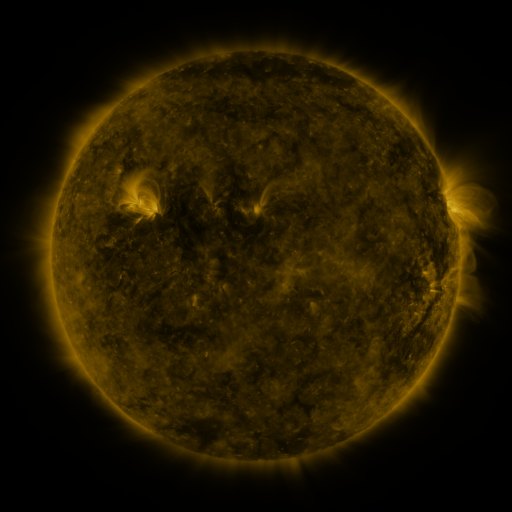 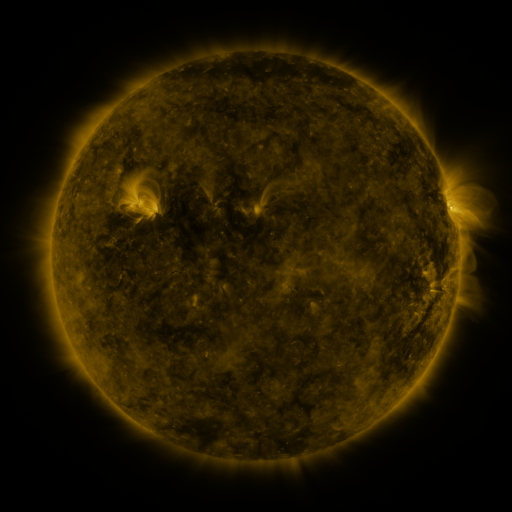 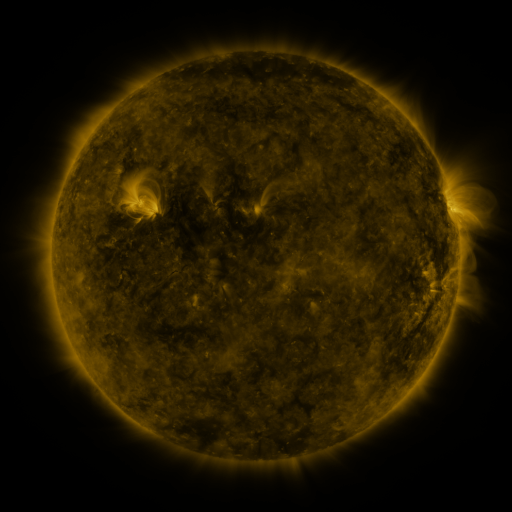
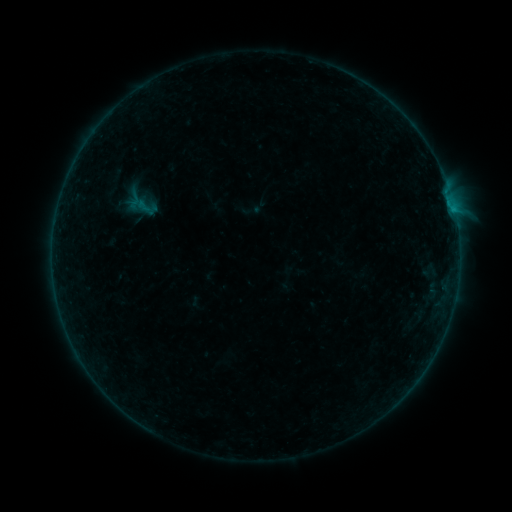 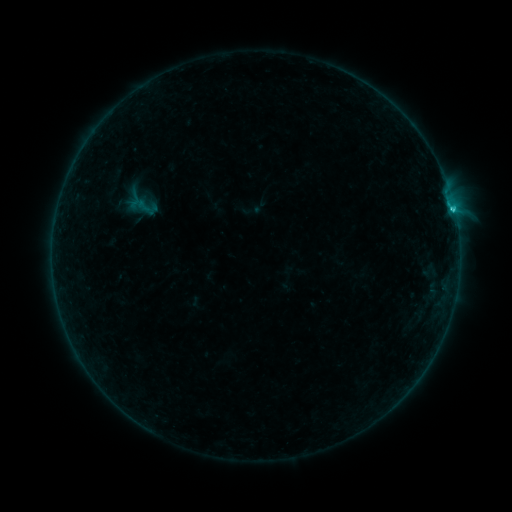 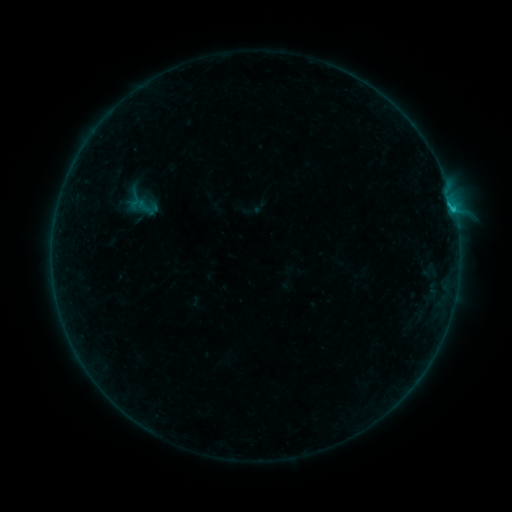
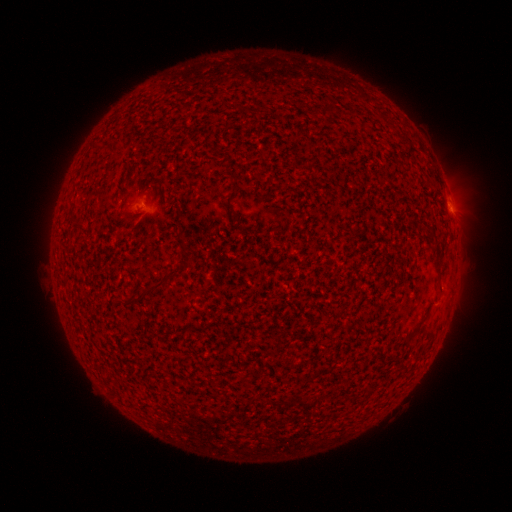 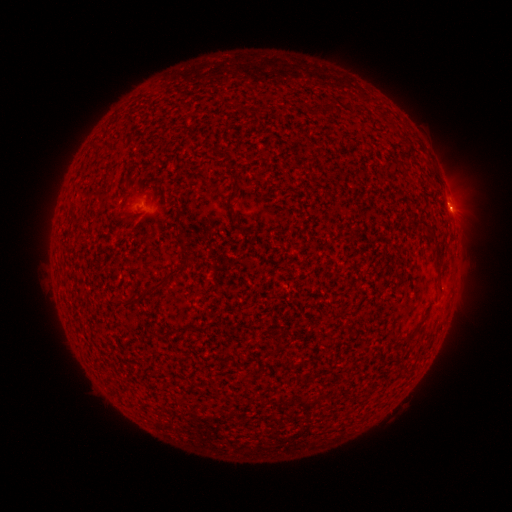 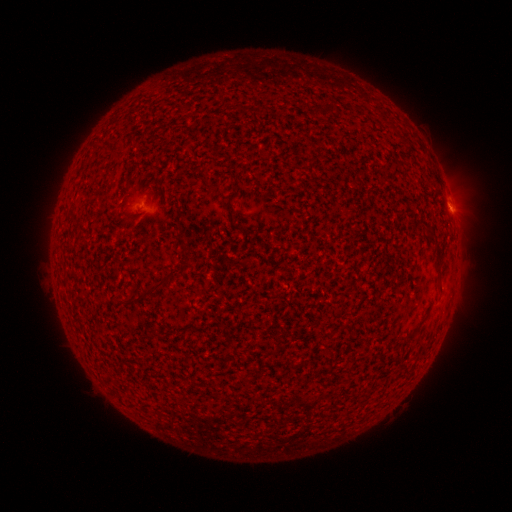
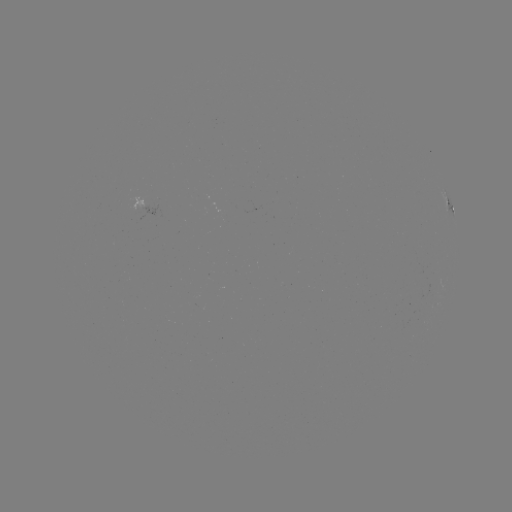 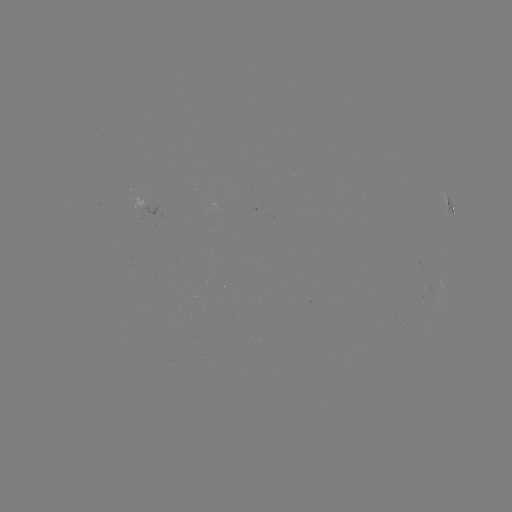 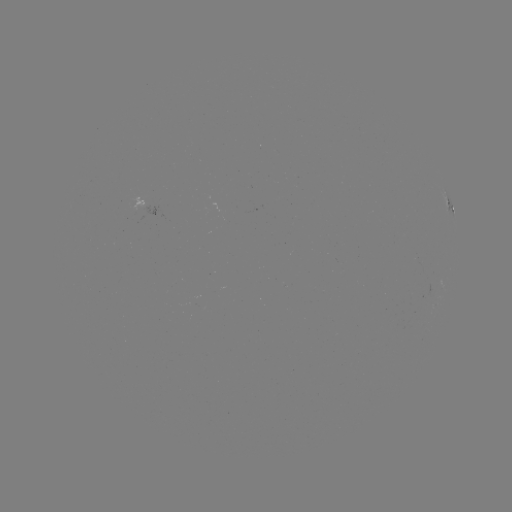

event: flare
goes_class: B6.8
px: (452, 209)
